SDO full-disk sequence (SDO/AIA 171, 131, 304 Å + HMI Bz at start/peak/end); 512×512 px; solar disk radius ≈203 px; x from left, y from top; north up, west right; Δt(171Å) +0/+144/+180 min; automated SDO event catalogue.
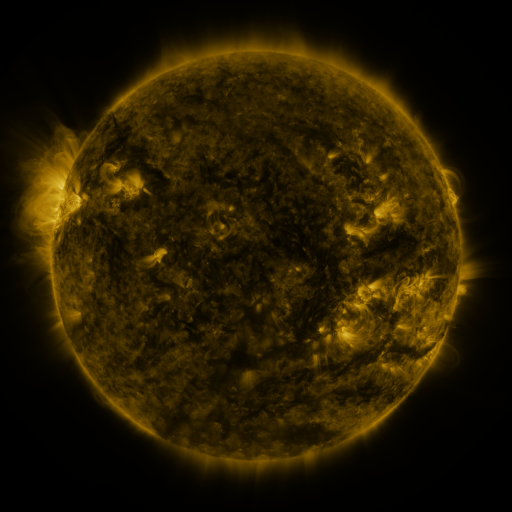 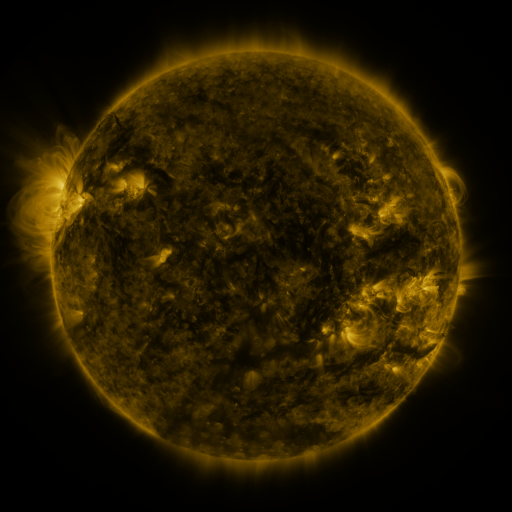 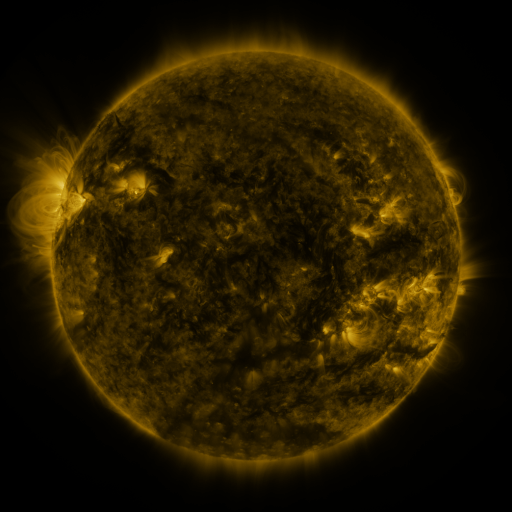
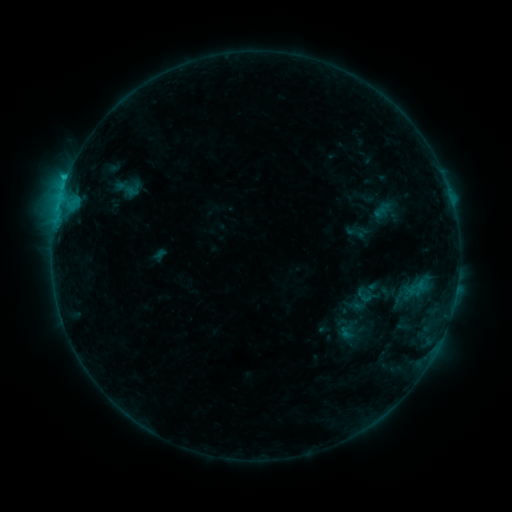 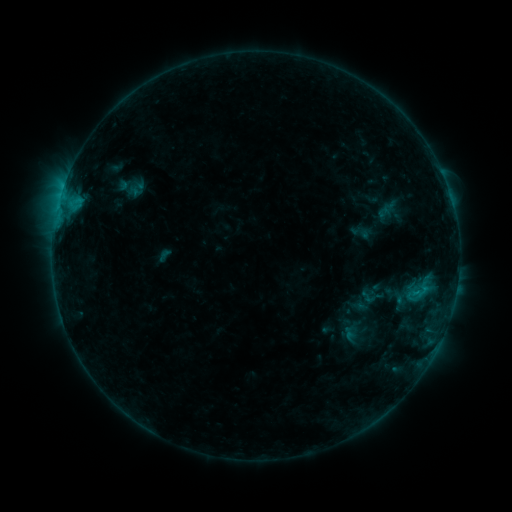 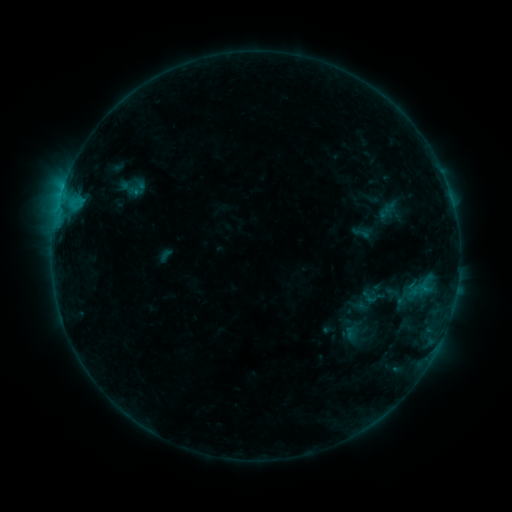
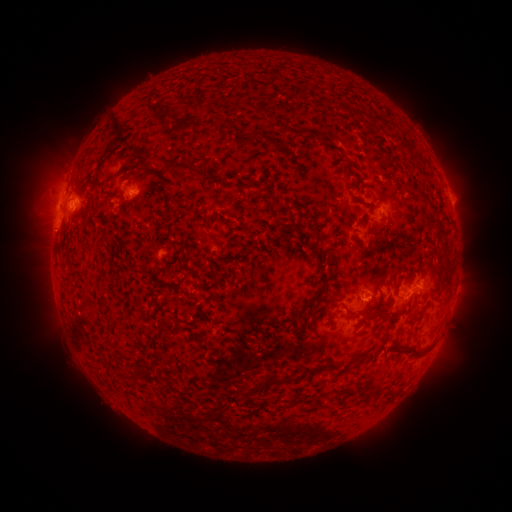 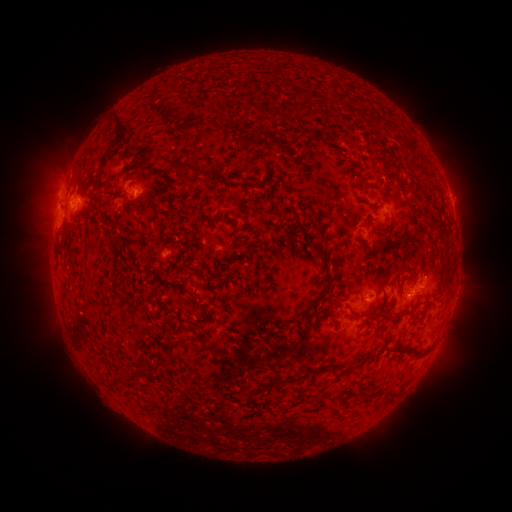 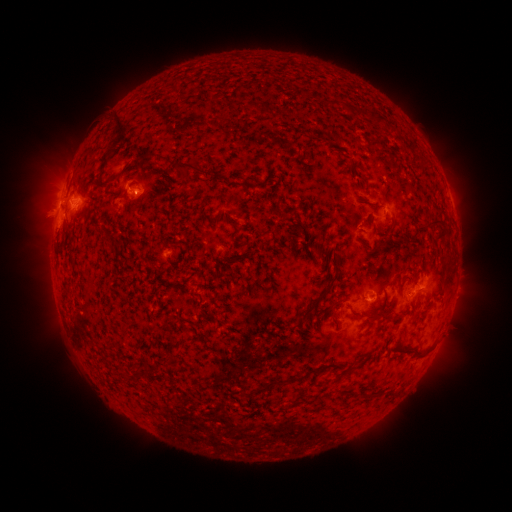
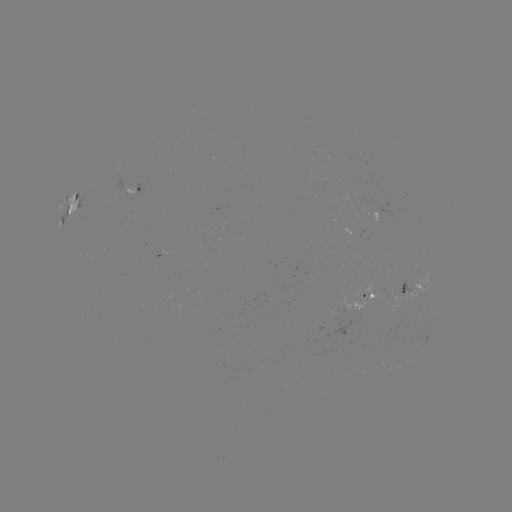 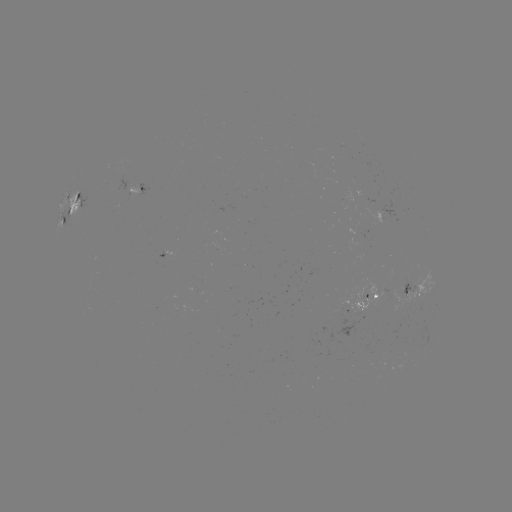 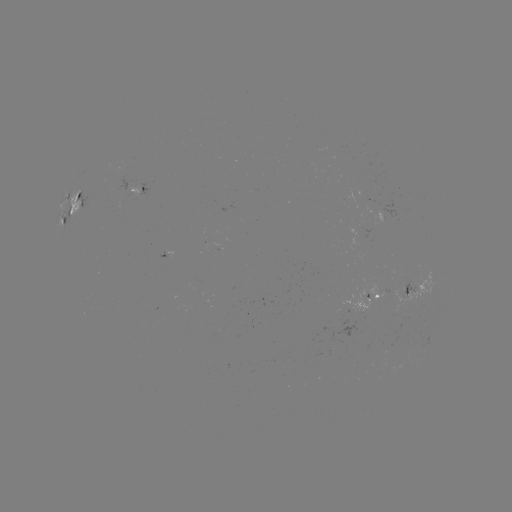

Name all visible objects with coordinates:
emerging-flux region: (366, 297)
